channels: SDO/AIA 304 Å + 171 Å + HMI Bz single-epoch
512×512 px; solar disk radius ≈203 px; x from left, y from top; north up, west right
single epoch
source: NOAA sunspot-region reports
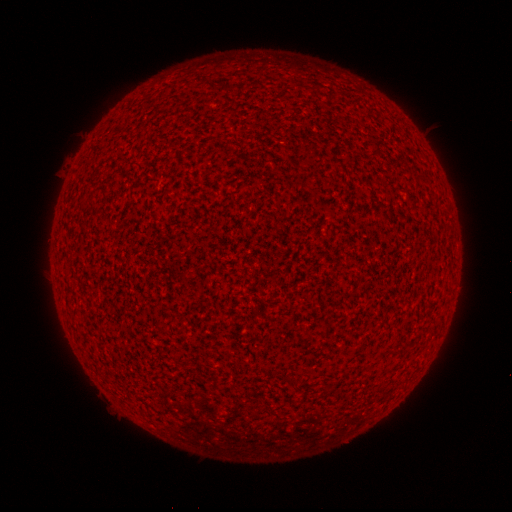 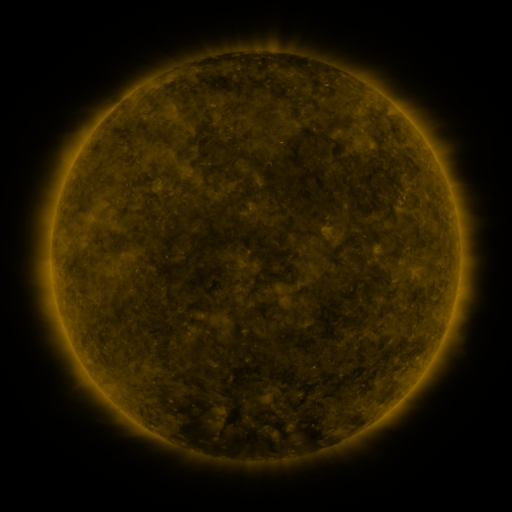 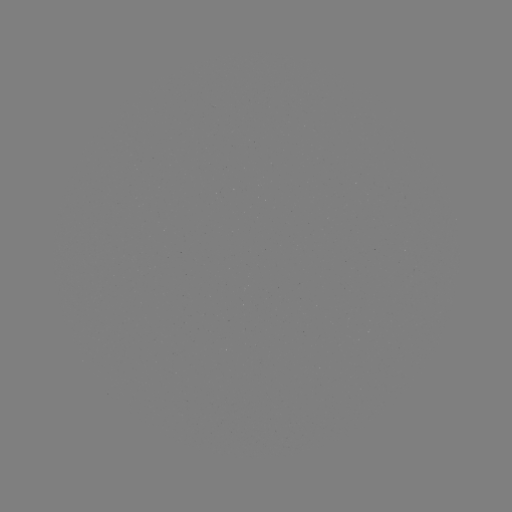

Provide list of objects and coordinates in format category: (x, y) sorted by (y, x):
(none)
